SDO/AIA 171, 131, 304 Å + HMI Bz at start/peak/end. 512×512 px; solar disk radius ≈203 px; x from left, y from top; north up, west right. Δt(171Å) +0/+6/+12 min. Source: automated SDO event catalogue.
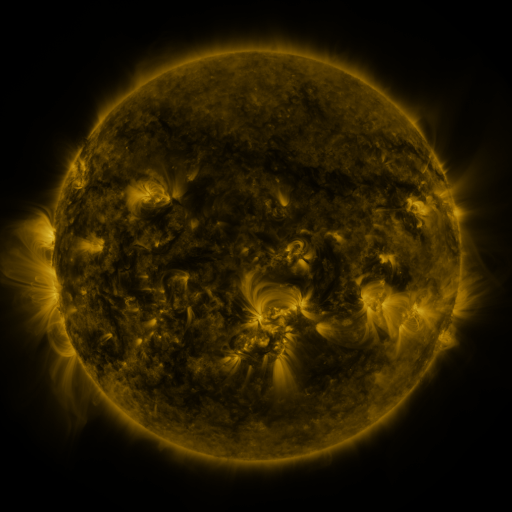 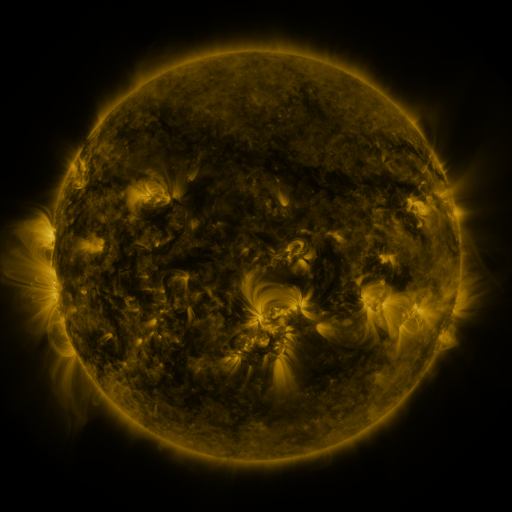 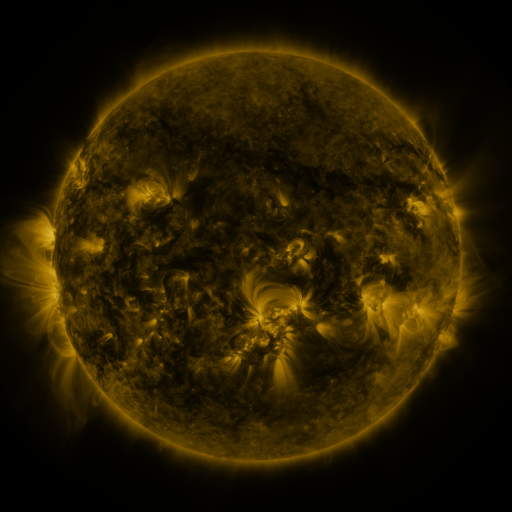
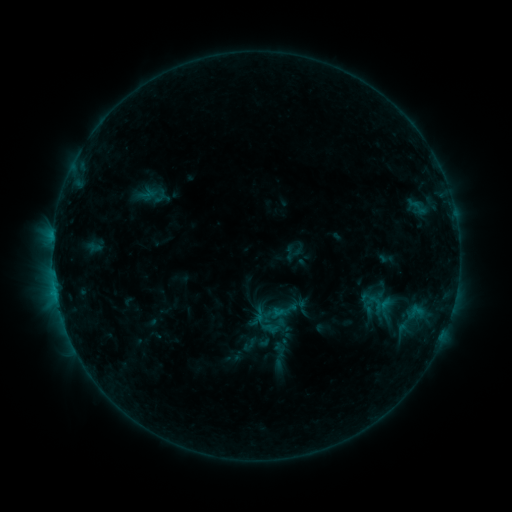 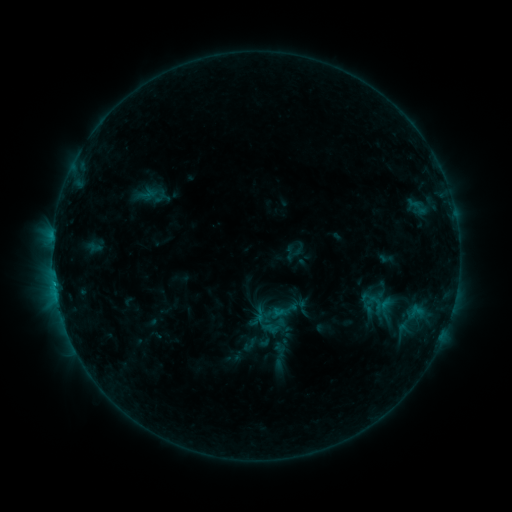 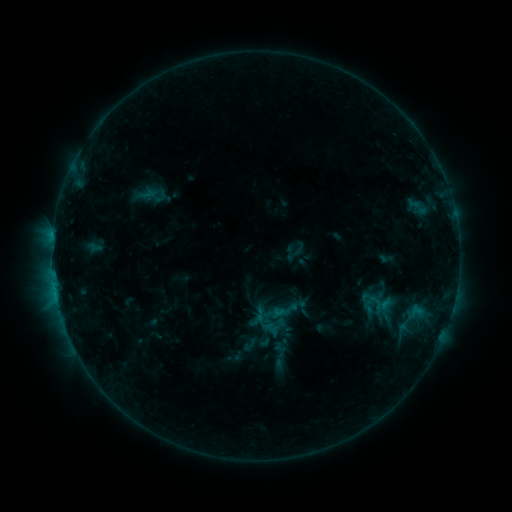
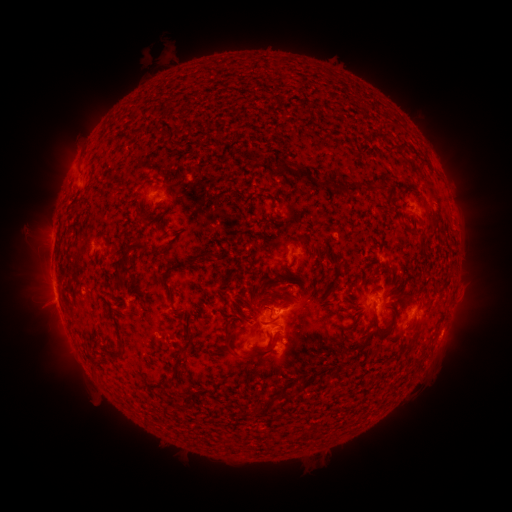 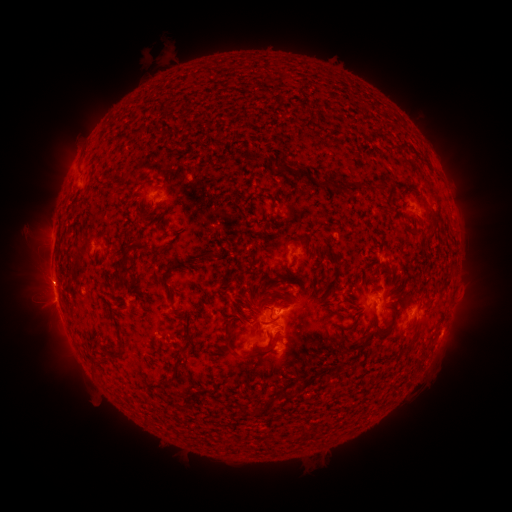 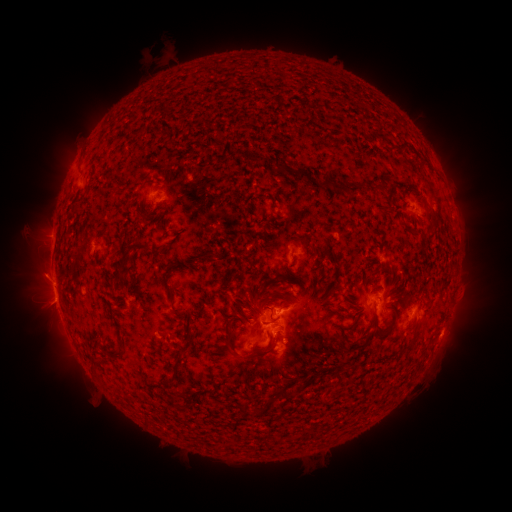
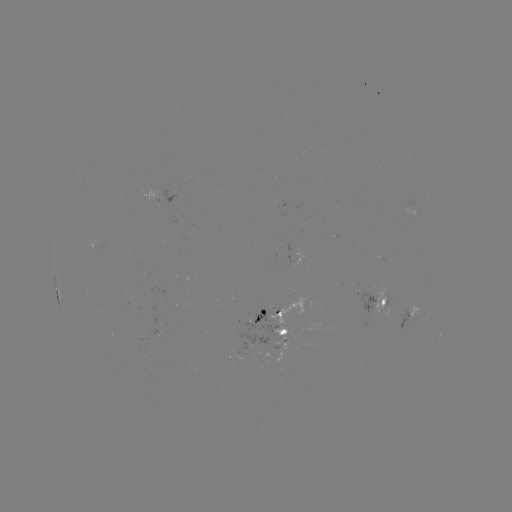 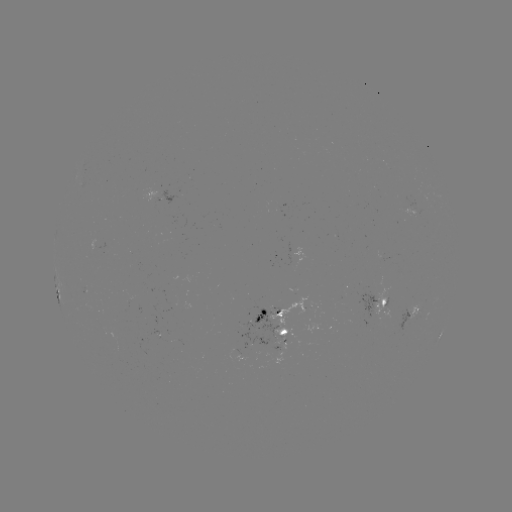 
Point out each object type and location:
eruption: (50, 280)
